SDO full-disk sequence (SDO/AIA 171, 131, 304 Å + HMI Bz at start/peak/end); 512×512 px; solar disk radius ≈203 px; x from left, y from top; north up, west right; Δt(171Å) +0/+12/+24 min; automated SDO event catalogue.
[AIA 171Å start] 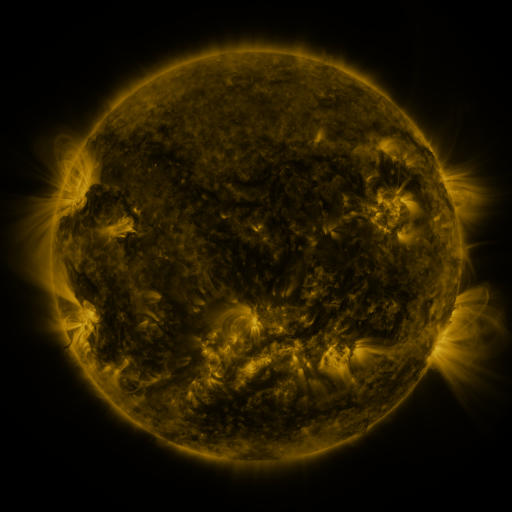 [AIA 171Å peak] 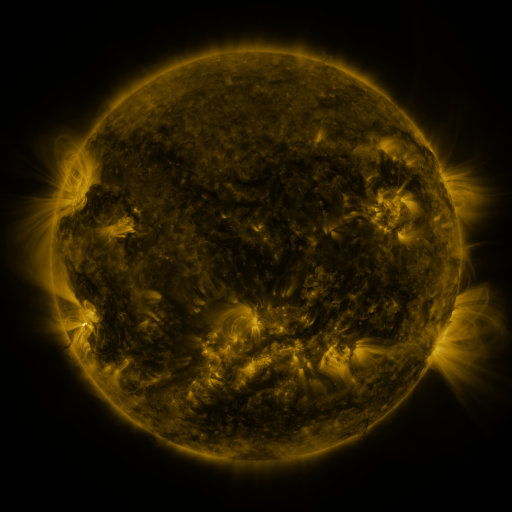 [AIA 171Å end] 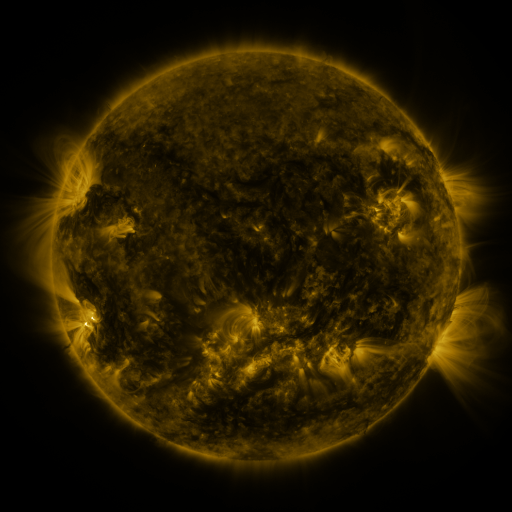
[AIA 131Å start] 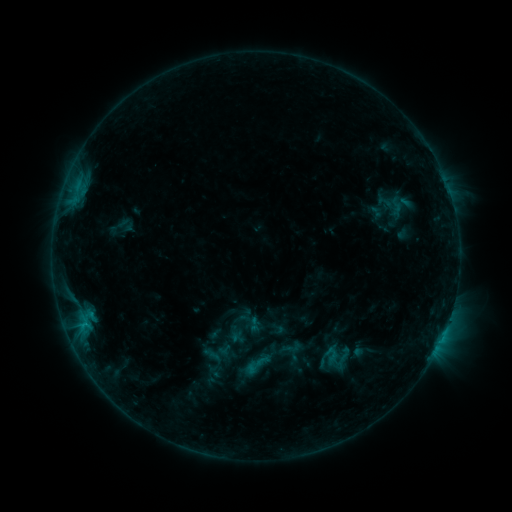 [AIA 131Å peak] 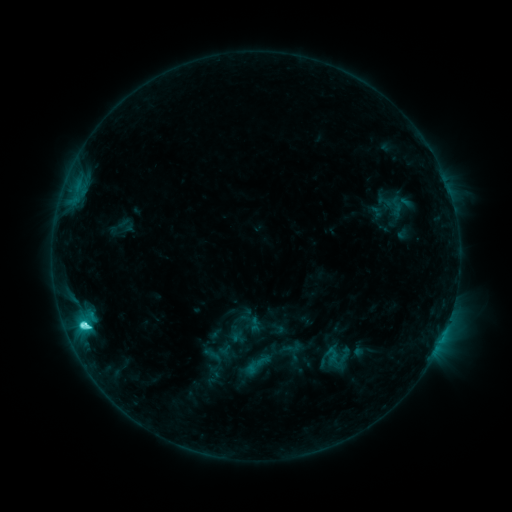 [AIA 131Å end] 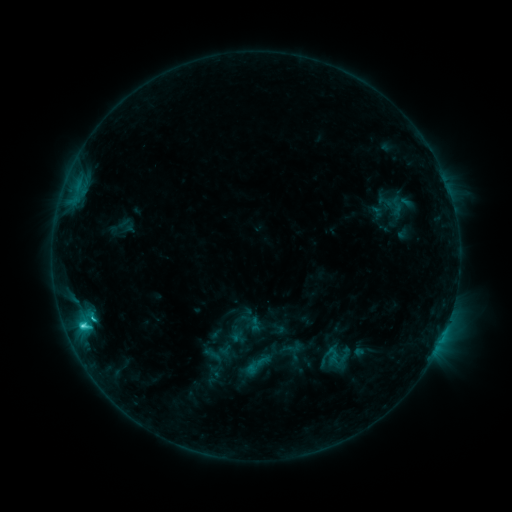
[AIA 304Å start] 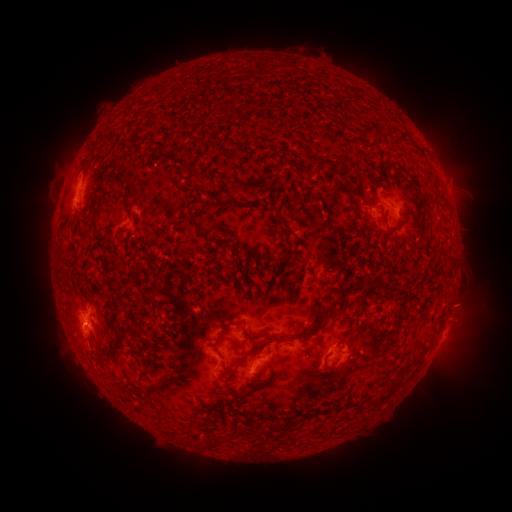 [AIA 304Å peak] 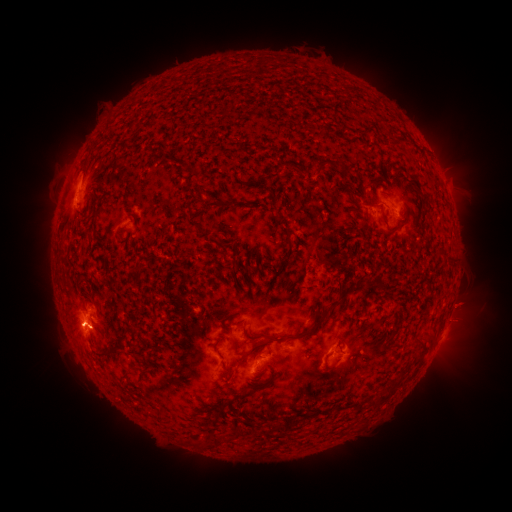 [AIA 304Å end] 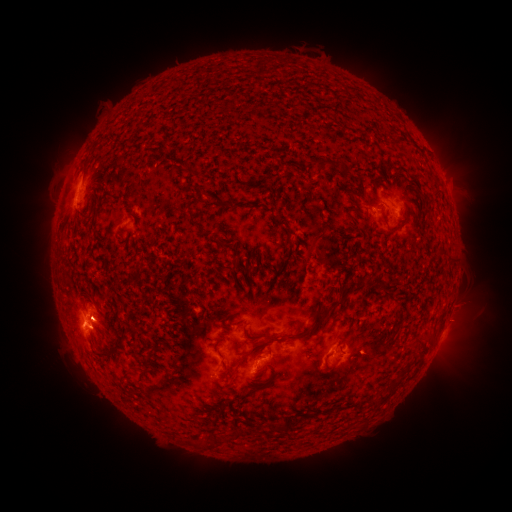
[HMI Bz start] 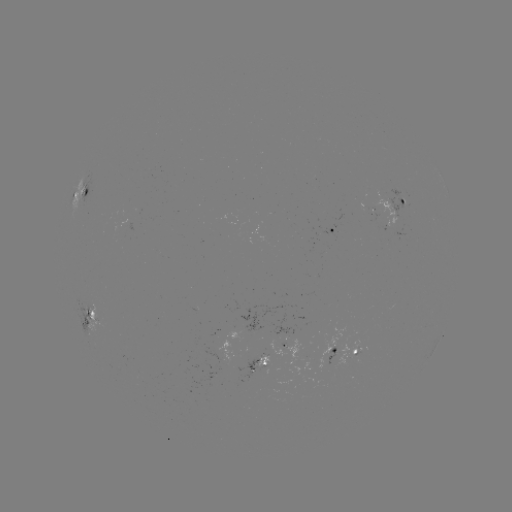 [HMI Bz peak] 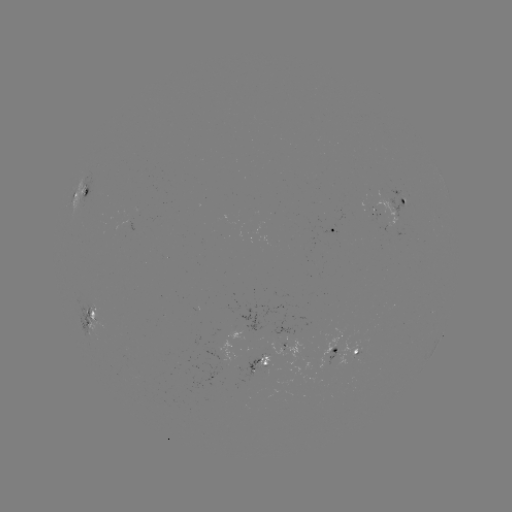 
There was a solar flare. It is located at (85, 325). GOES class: C4.9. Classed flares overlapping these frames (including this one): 1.